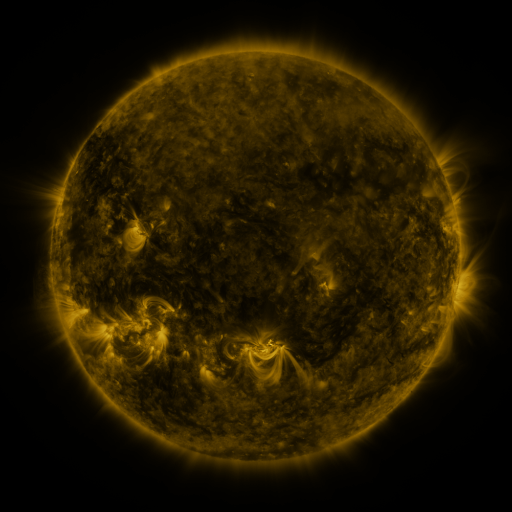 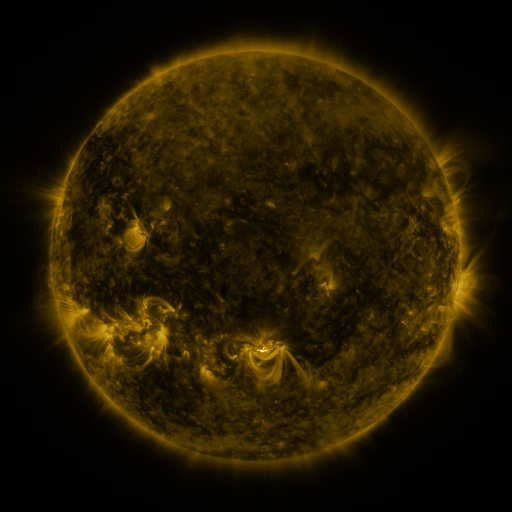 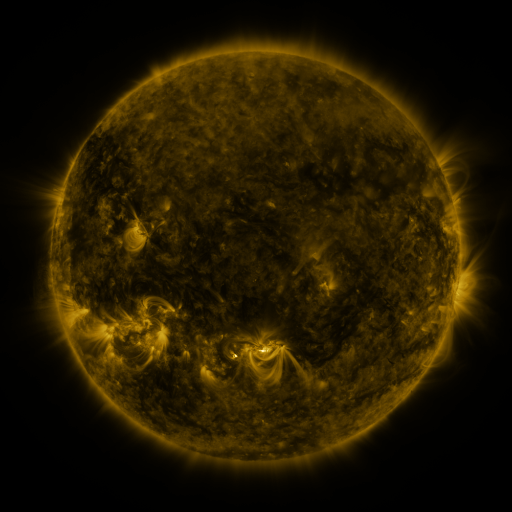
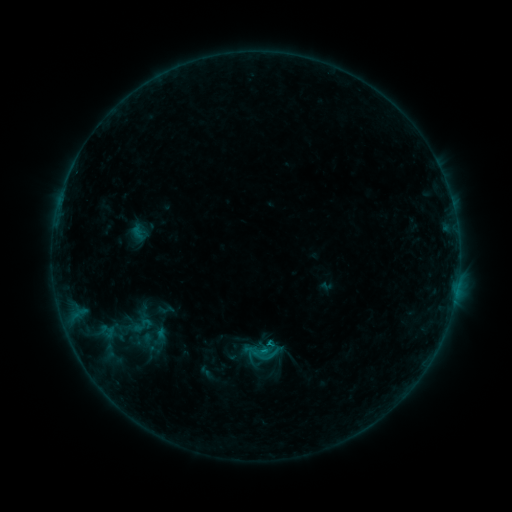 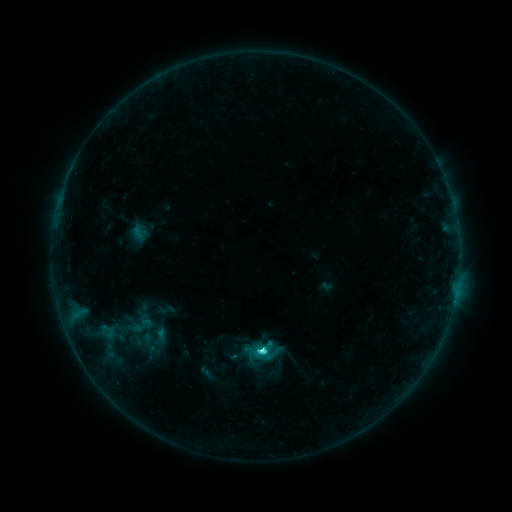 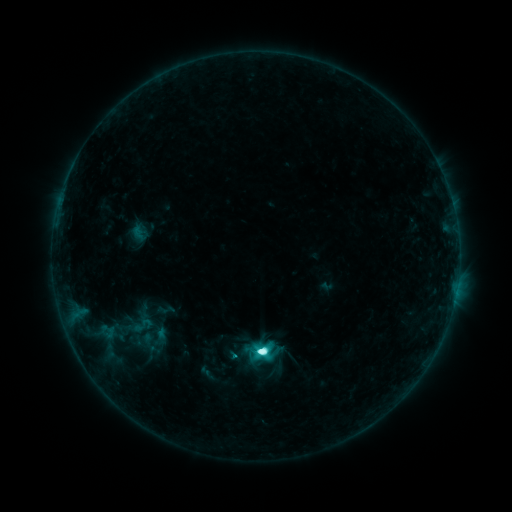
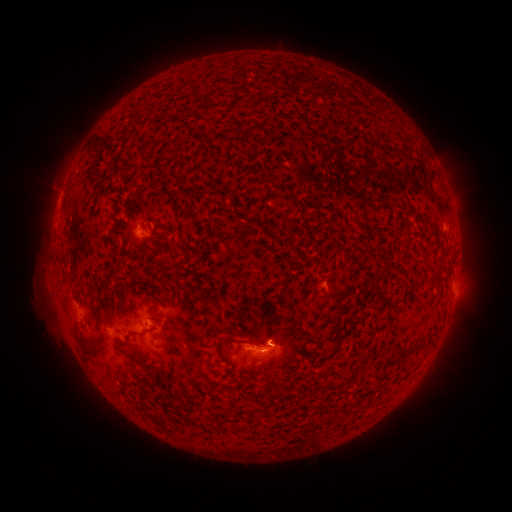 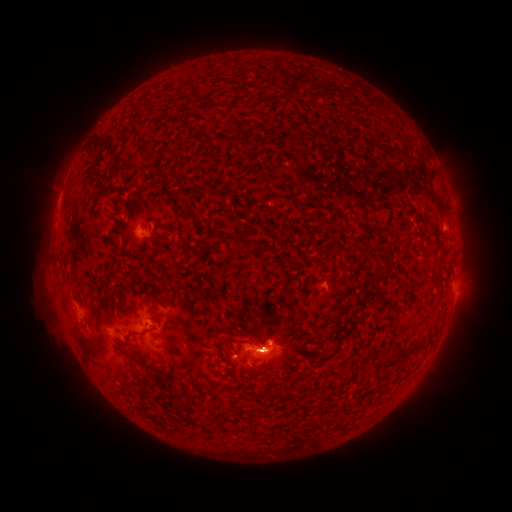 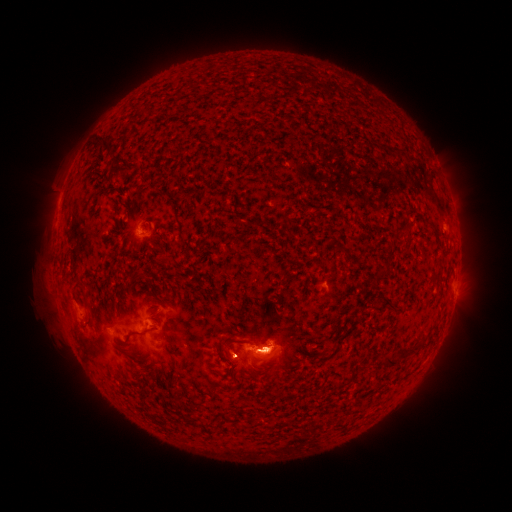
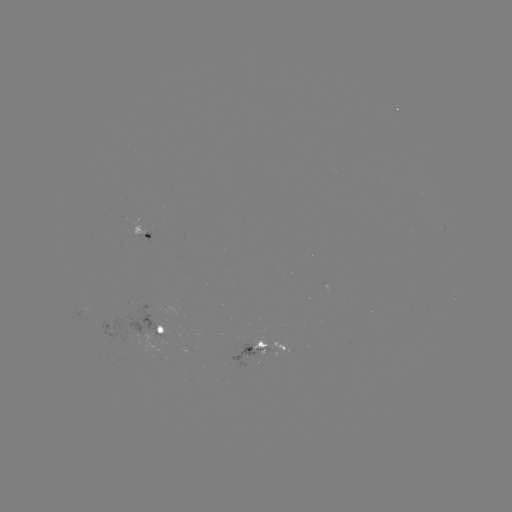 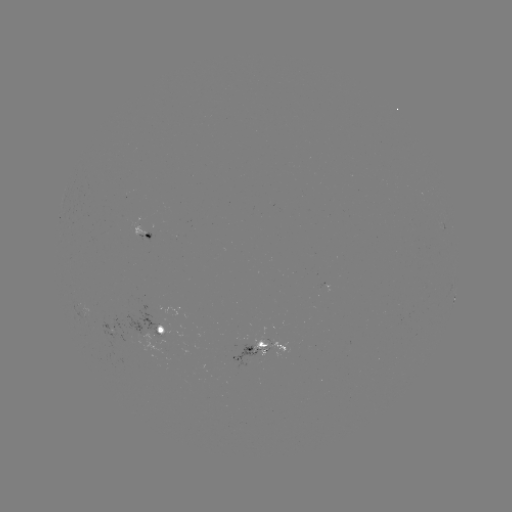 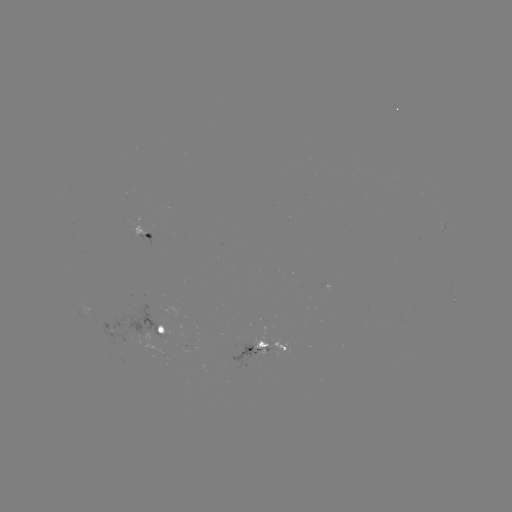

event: flare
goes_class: C9.5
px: (259, 349)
